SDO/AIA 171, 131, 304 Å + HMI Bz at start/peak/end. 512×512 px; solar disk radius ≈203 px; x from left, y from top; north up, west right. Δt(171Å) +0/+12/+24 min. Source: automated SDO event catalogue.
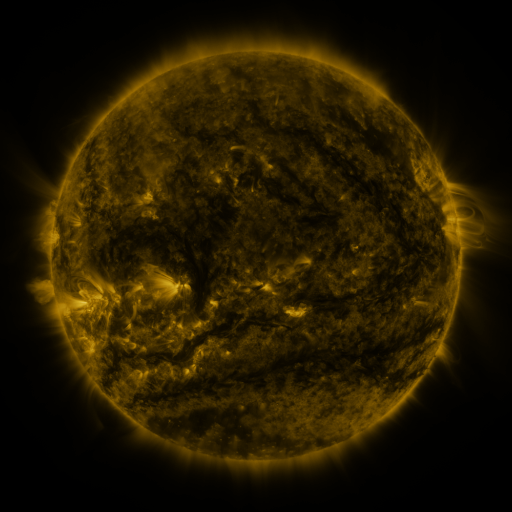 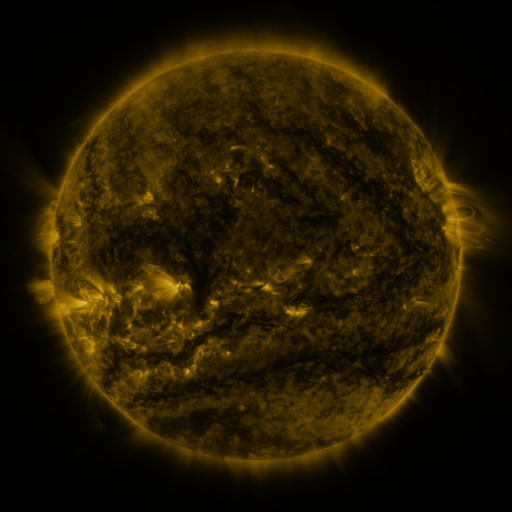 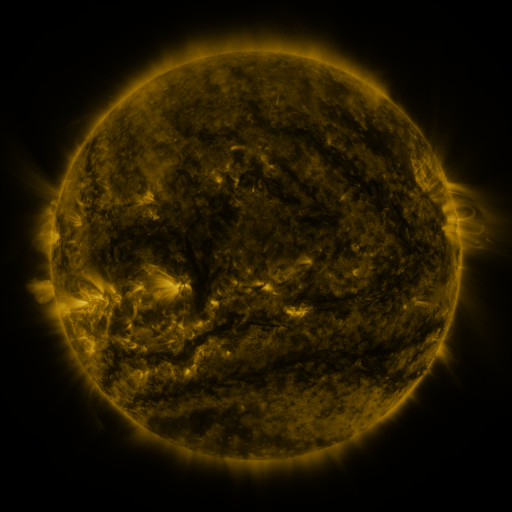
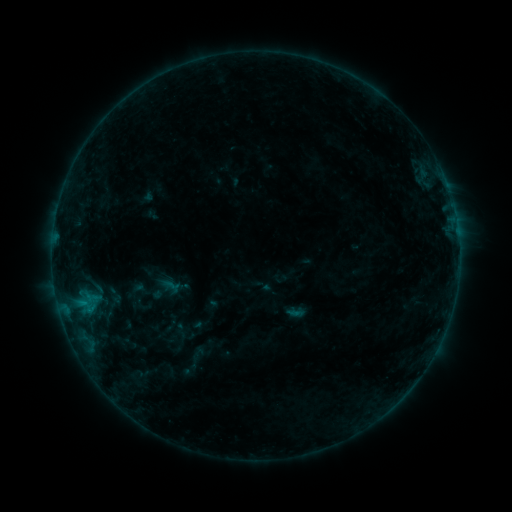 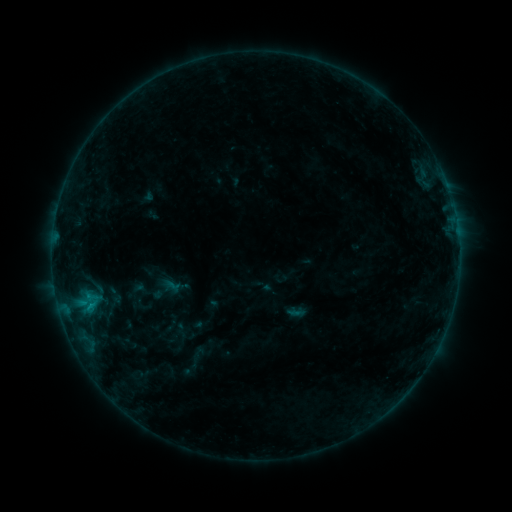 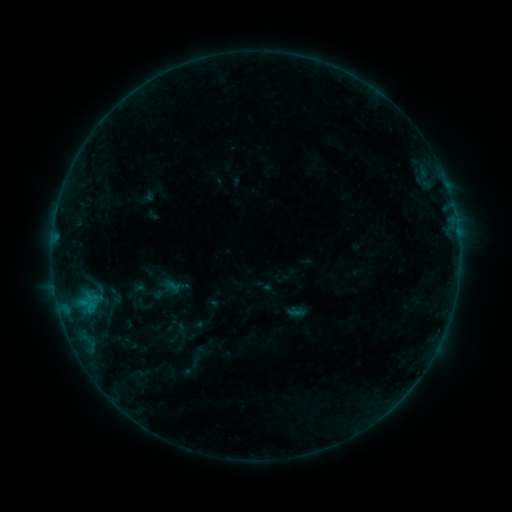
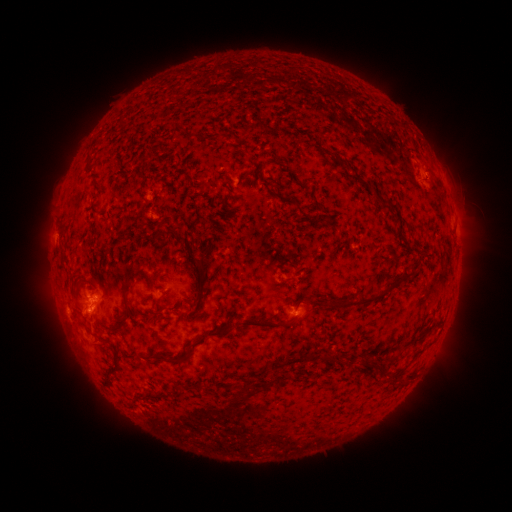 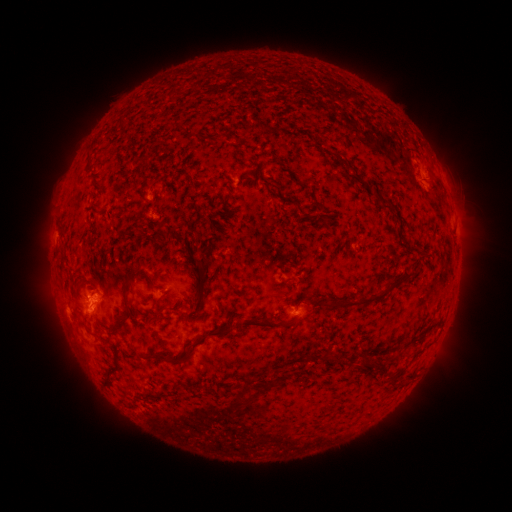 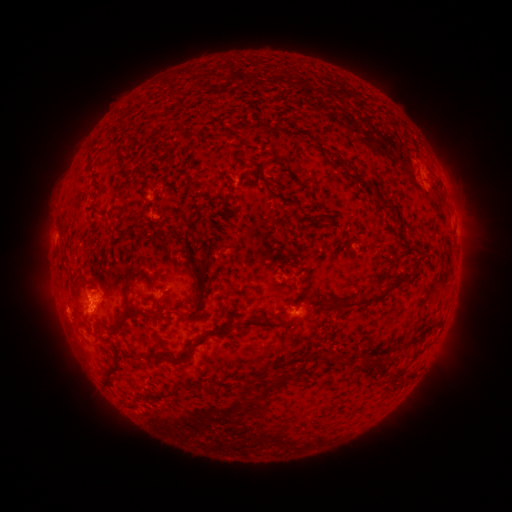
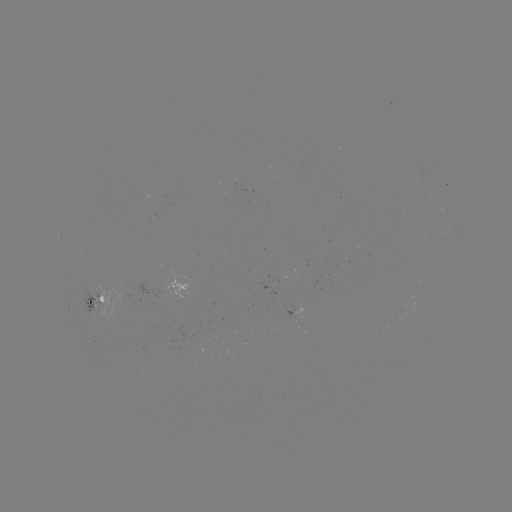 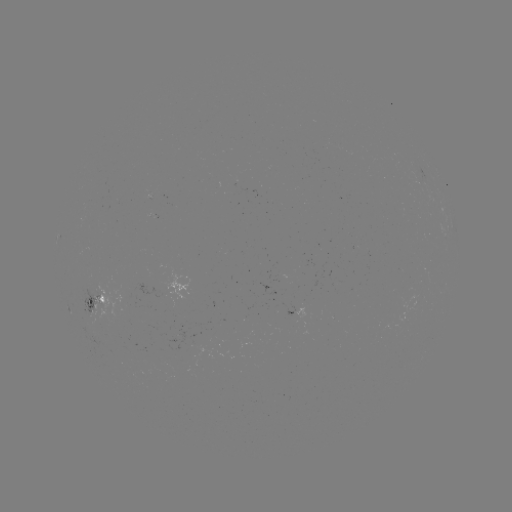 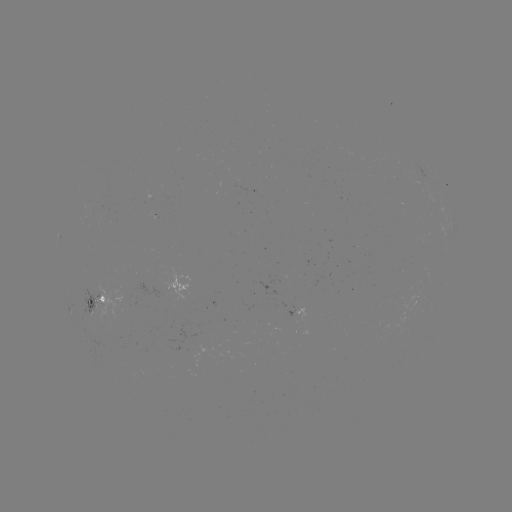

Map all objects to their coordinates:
B5.6 flare: (91, 304)
